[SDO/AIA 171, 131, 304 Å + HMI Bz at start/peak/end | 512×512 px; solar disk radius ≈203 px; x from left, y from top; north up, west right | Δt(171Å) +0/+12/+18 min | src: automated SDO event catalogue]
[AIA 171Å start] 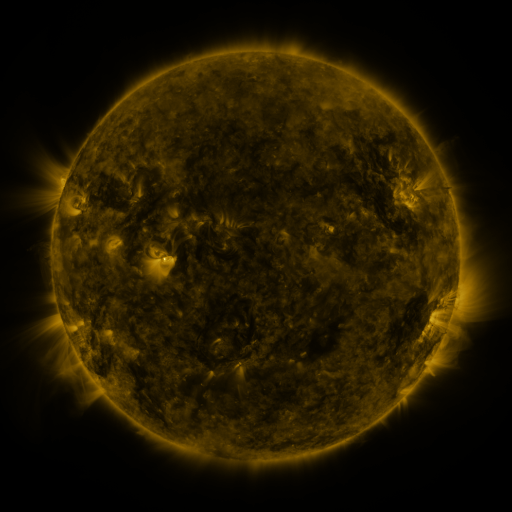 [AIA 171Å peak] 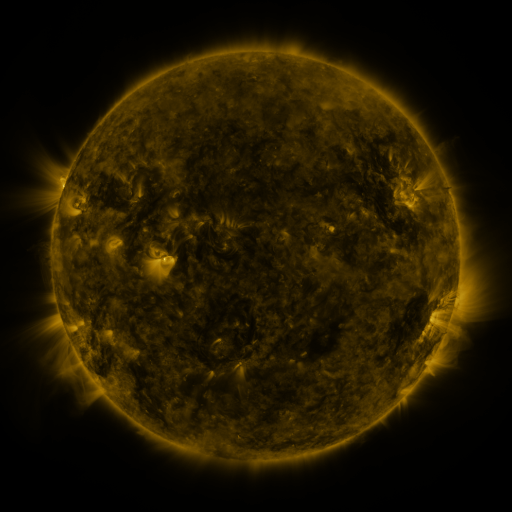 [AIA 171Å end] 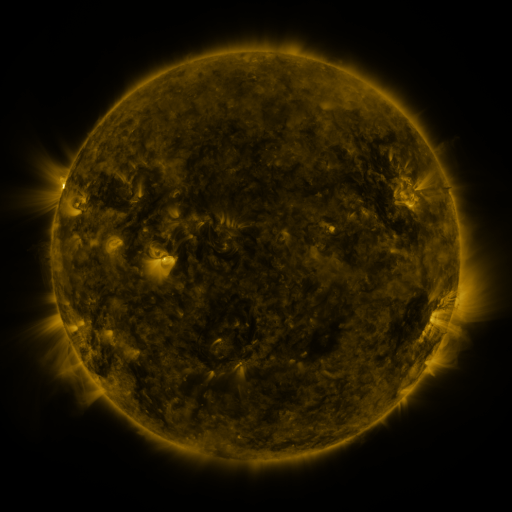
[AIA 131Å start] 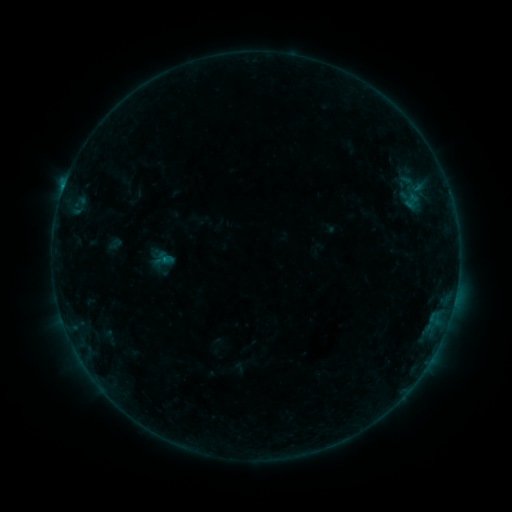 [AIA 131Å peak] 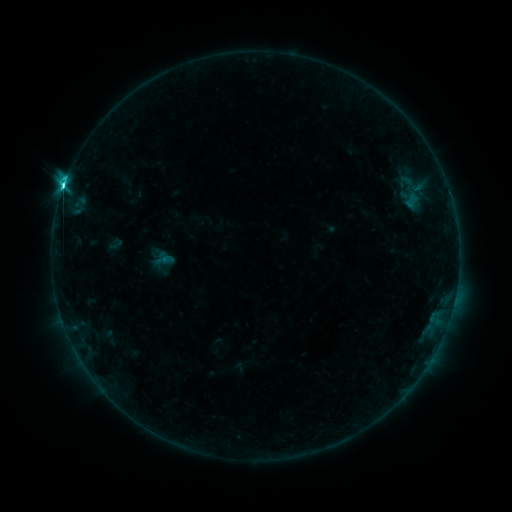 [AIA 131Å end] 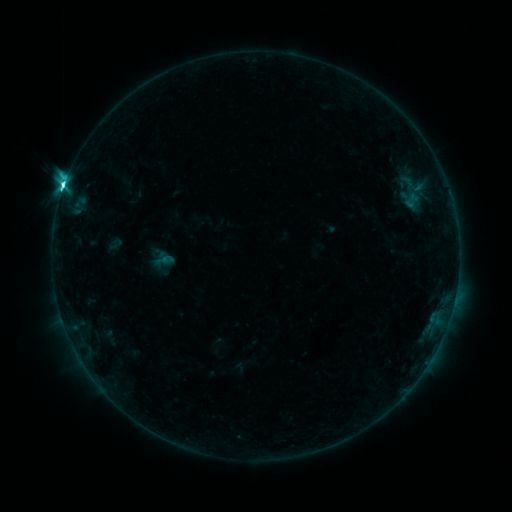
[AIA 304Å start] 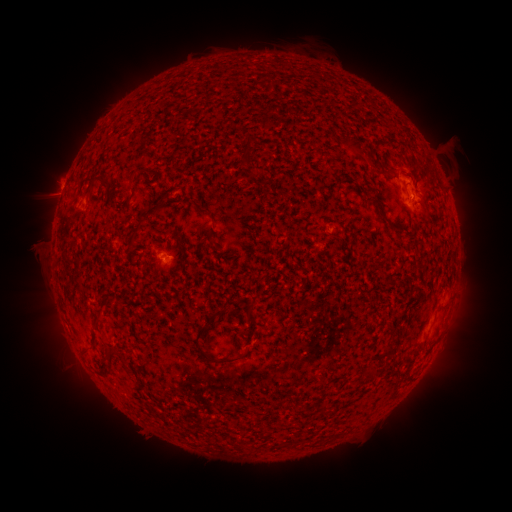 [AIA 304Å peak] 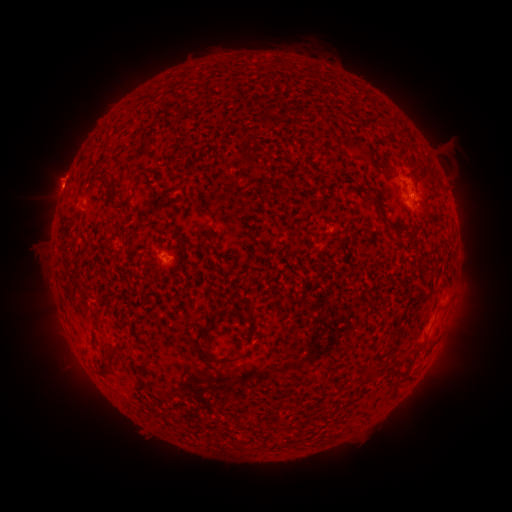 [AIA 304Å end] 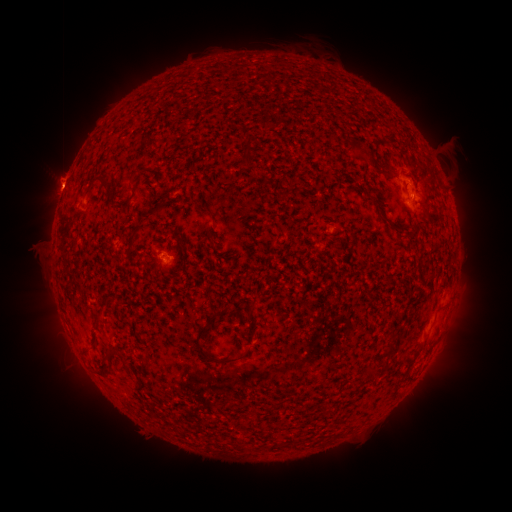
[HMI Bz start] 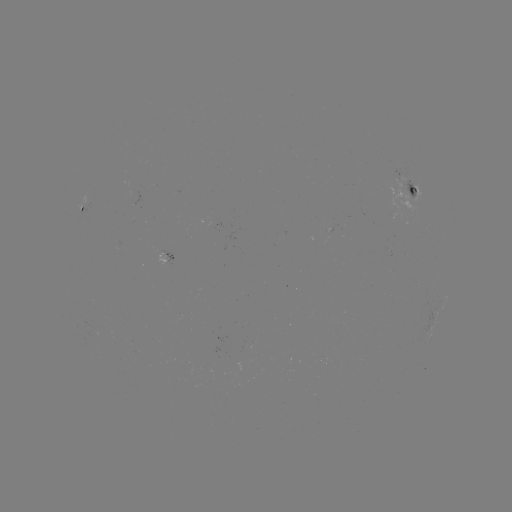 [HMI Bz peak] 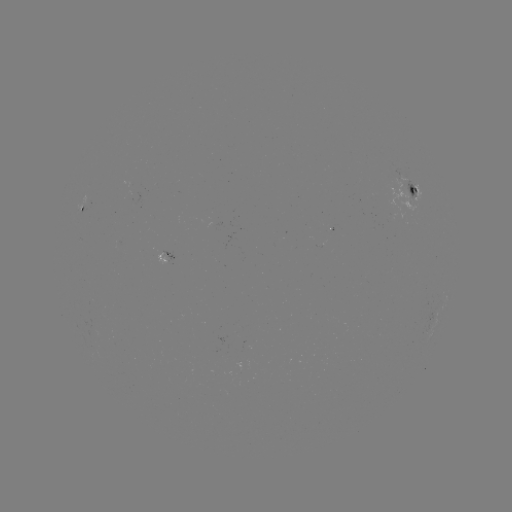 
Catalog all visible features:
M1.0 flare: (64, 191)
